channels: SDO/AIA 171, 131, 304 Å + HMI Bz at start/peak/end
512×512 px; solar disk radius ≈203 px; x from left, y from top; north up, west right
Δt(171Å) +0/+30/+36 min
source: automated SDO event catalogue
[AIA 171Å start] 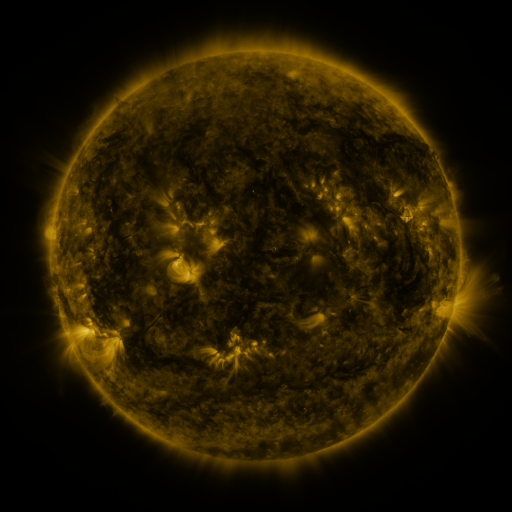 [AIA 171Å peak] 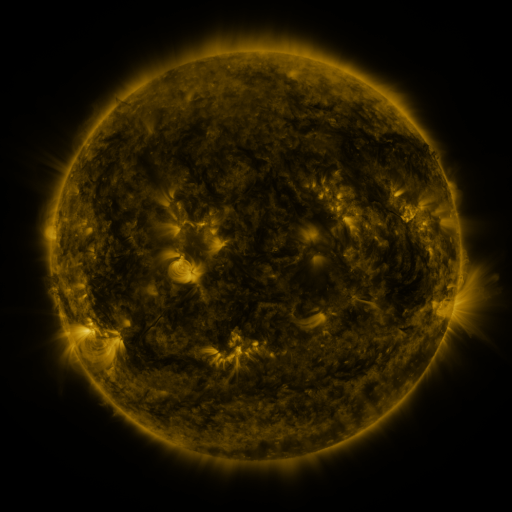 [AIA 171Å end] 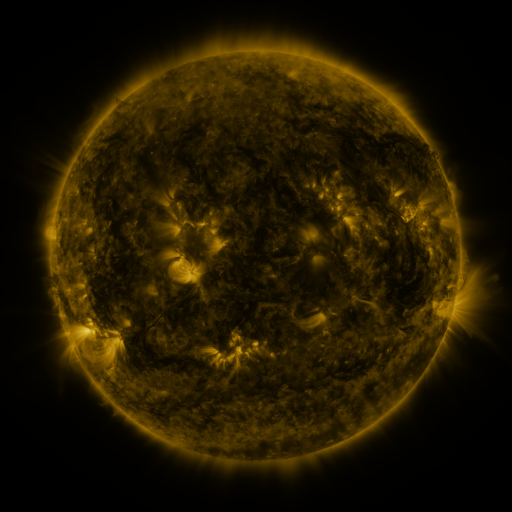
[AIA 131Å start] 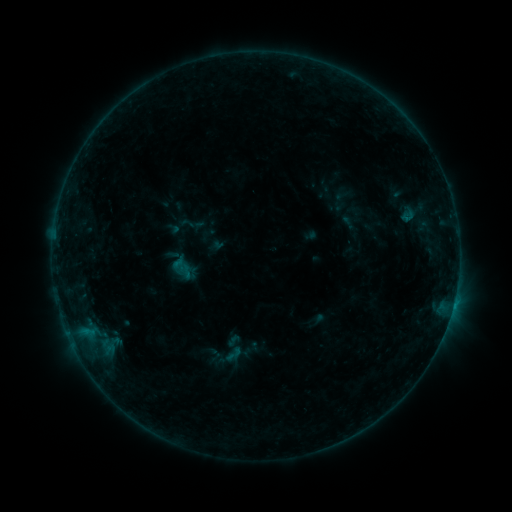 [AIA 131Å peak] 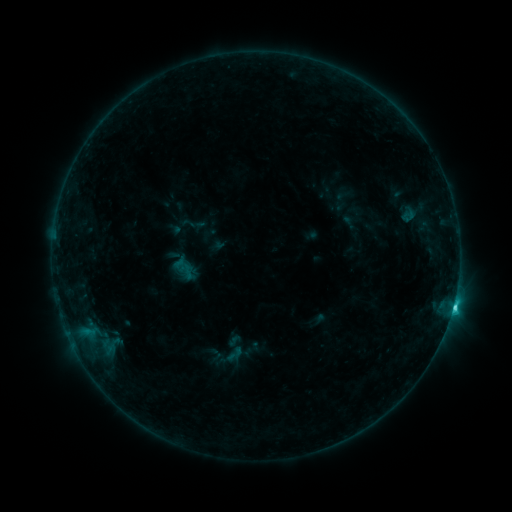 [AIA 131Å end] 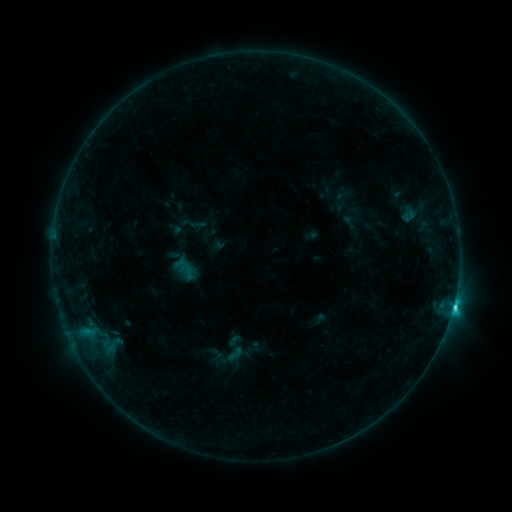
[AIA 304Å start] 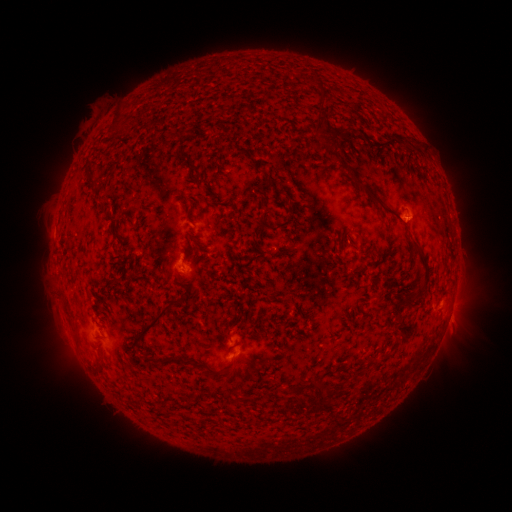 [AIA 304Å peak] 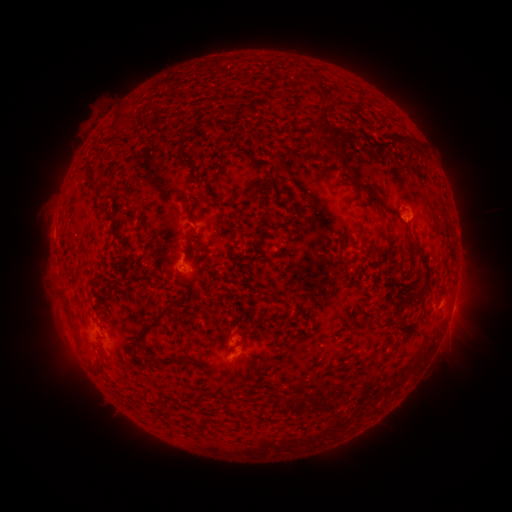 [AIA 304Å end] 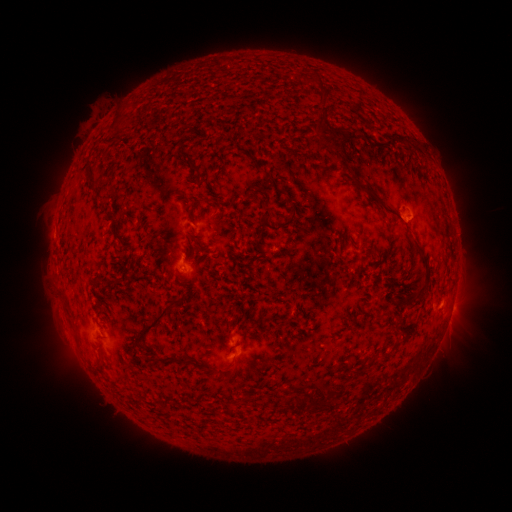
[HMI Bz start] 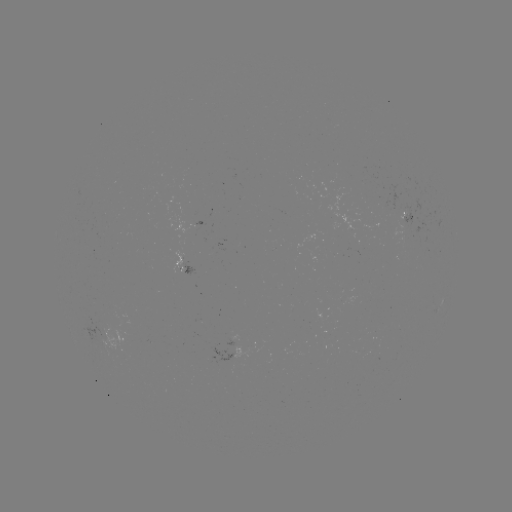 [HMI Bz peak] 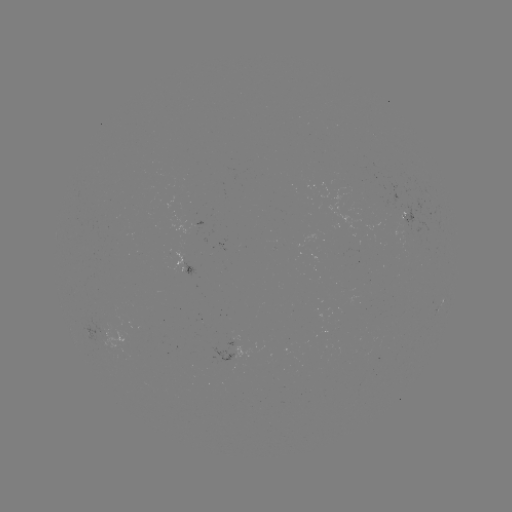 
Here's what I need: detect C2.2 flare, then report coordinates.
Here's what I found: C2.2 flare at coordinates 451,302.